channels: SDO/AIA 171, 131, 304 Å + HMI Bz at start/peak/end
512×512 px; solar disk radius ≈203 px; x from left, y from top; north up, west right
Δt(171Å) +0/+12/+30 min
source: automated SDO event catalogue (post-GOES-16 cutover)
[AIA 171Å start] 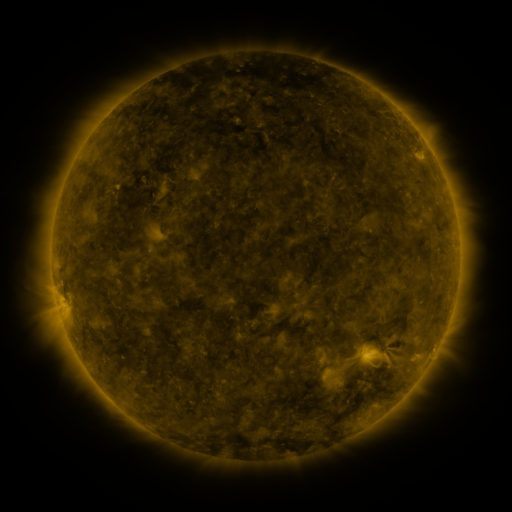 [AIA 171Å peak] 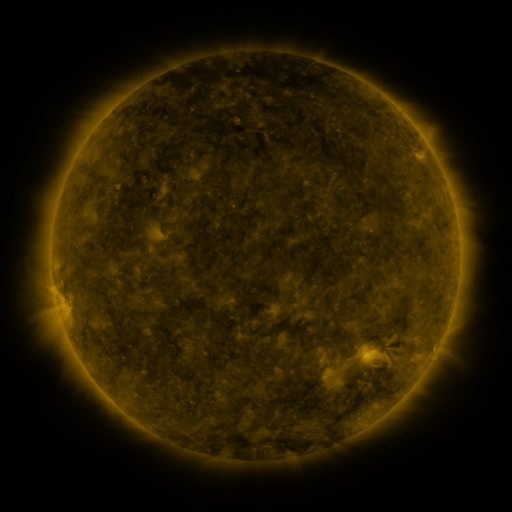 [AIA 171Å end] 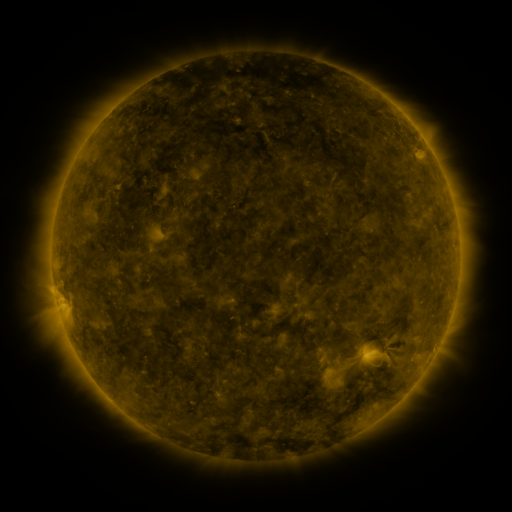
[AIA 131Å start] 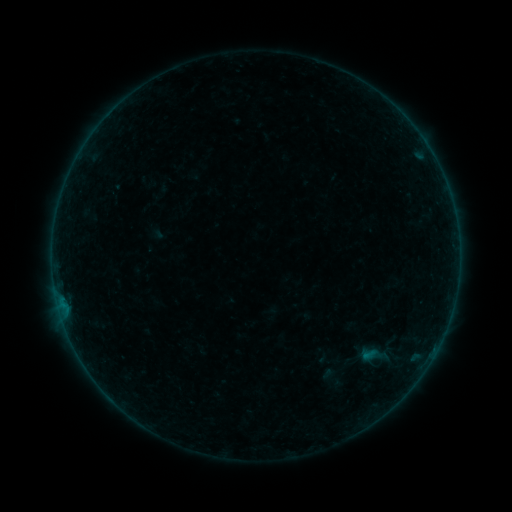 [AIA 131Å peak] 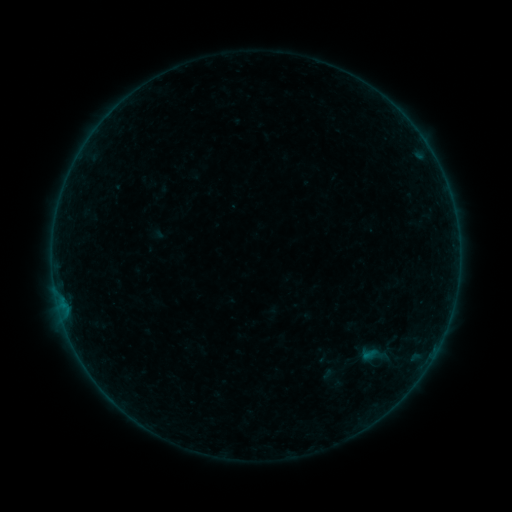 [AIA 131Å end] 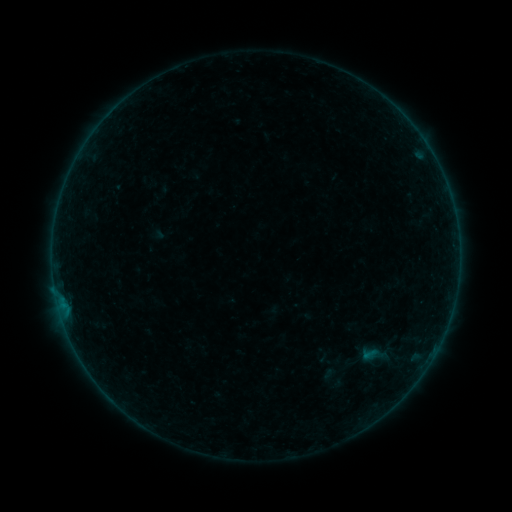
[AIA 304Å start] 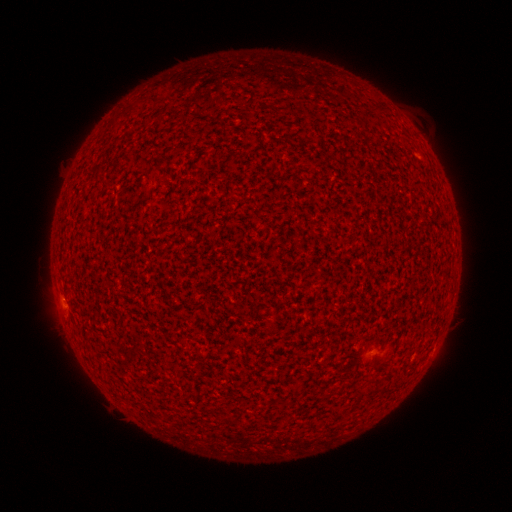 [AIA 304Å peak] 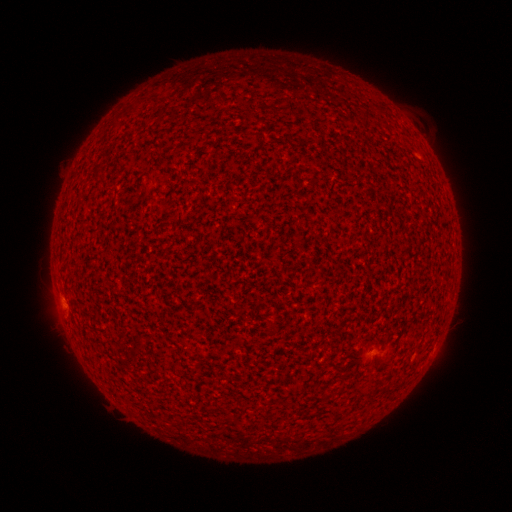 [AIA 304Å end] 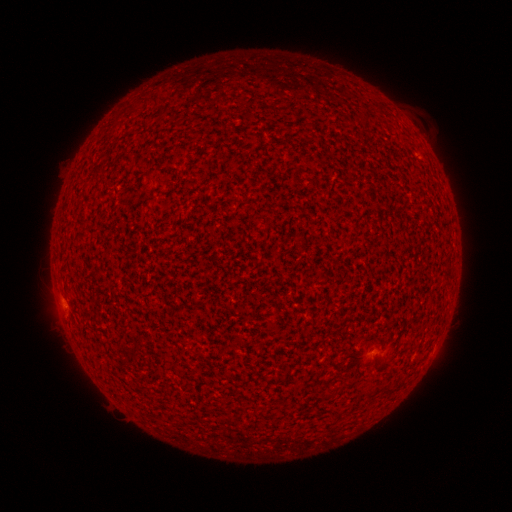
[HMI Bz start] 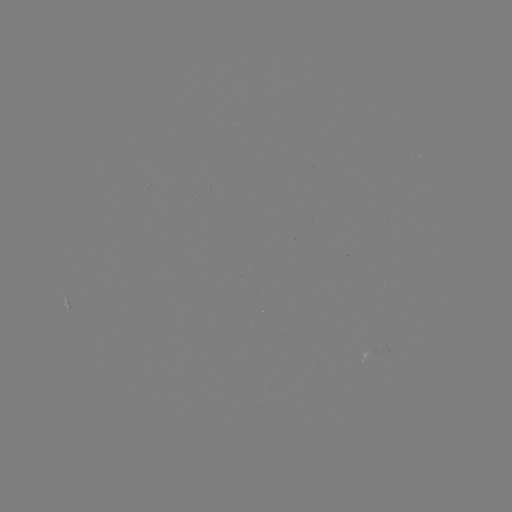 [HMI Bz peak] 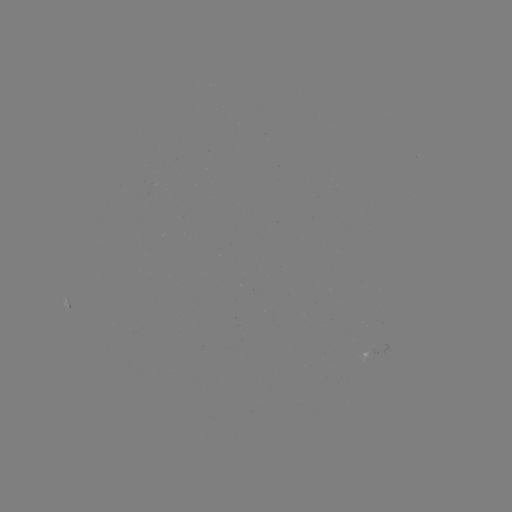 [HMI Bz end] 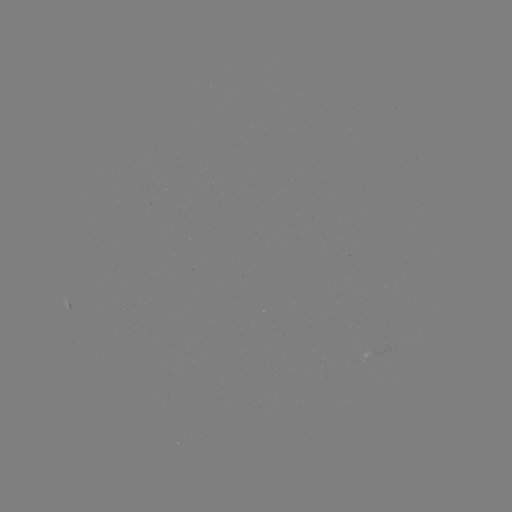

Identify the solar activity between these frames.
A5.6 flare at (60, 301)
